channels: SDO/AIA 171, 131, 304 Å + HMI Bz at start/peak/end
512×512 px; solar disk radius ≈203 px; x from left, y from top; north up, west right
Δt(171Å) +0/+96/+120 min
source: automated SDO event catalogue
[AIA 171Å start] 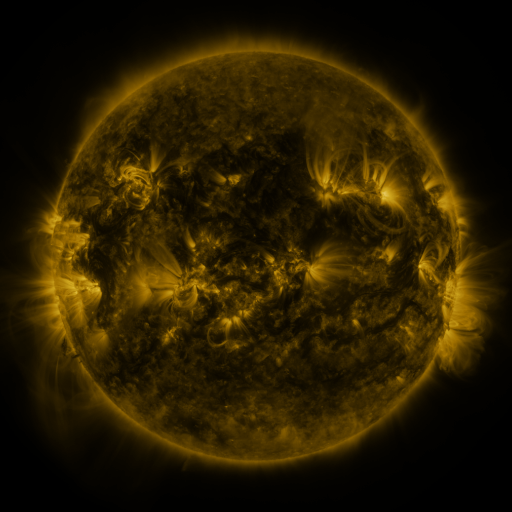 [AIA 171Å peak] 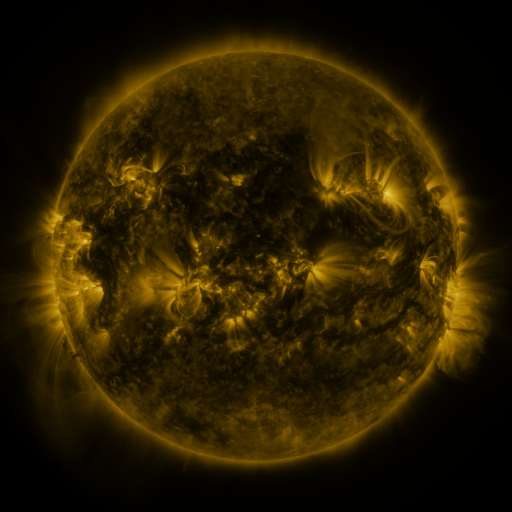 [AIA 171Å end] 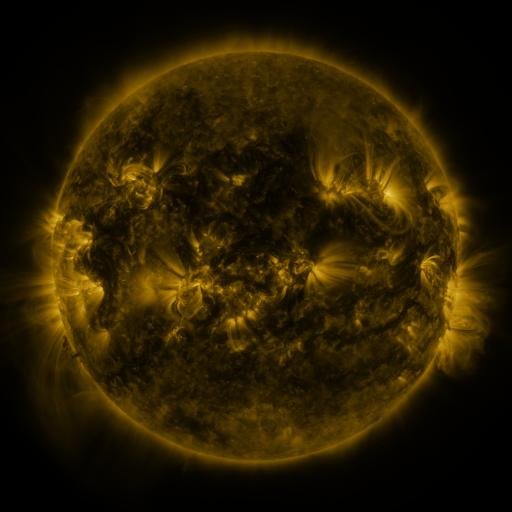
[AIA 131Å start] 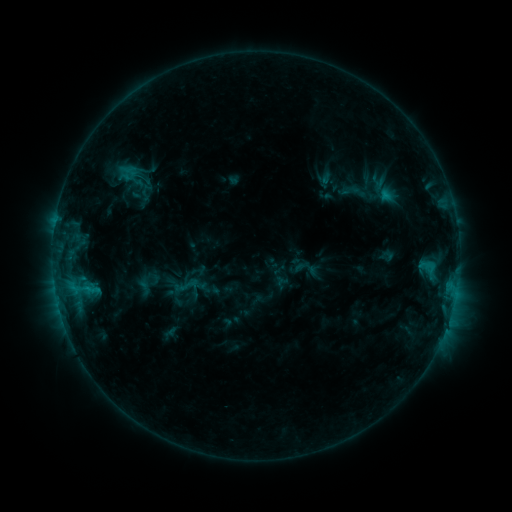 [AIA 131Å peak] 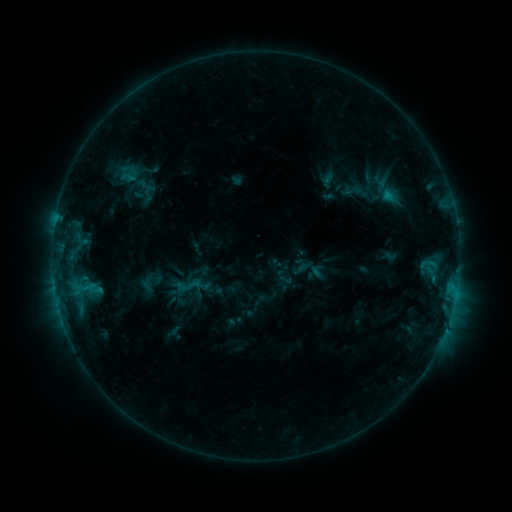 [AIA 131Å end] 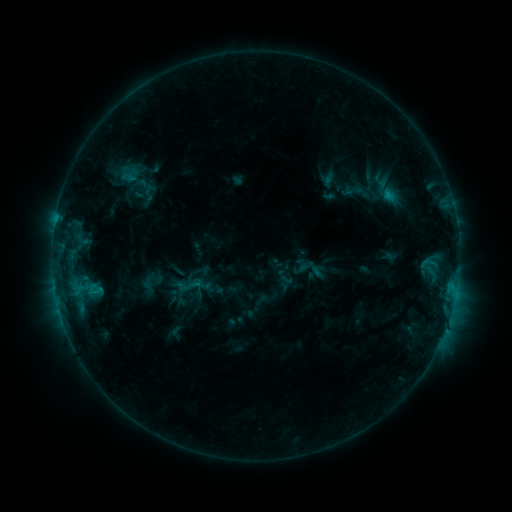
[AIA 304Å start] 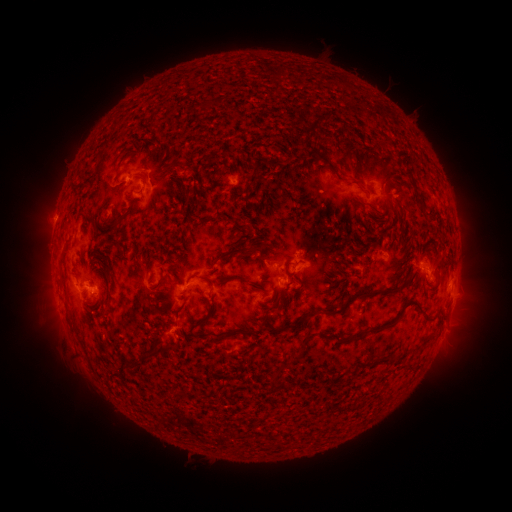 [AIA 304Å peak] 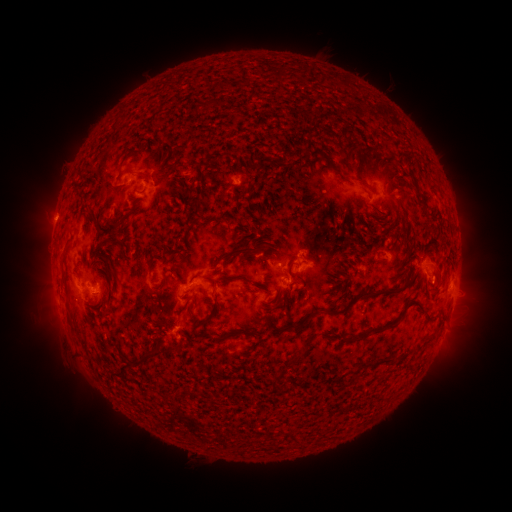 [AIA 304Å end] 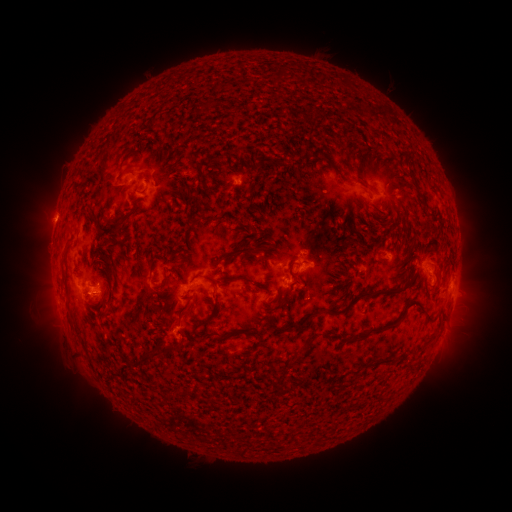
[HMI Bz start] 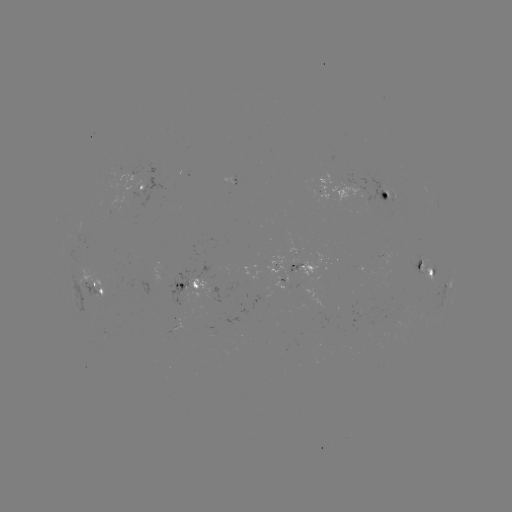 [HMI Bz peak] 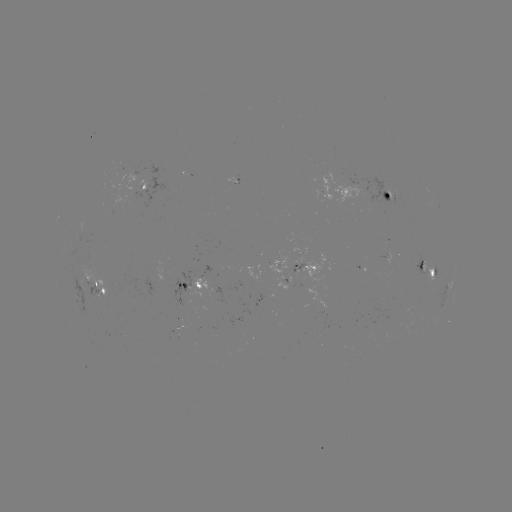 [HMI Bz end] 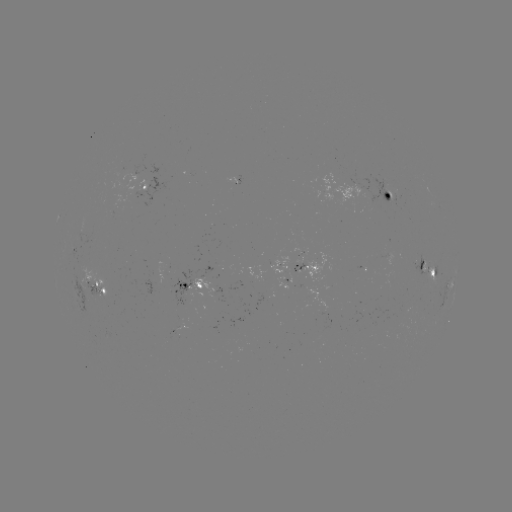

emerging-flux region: [359, 175, 395, 205]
